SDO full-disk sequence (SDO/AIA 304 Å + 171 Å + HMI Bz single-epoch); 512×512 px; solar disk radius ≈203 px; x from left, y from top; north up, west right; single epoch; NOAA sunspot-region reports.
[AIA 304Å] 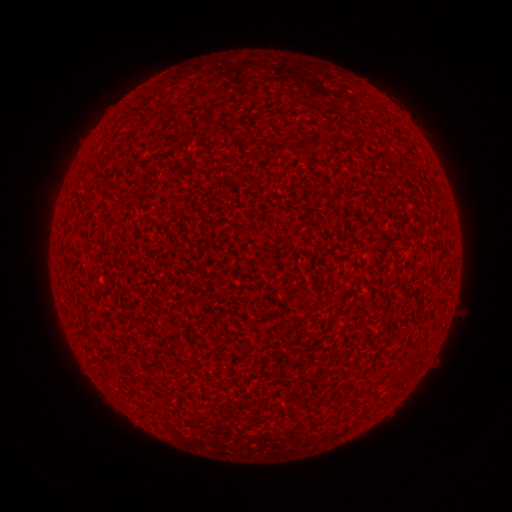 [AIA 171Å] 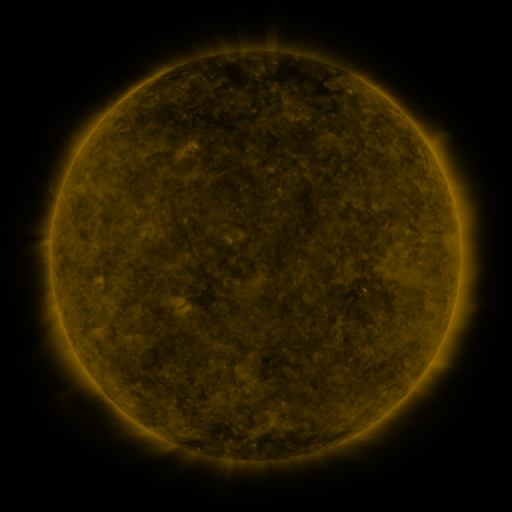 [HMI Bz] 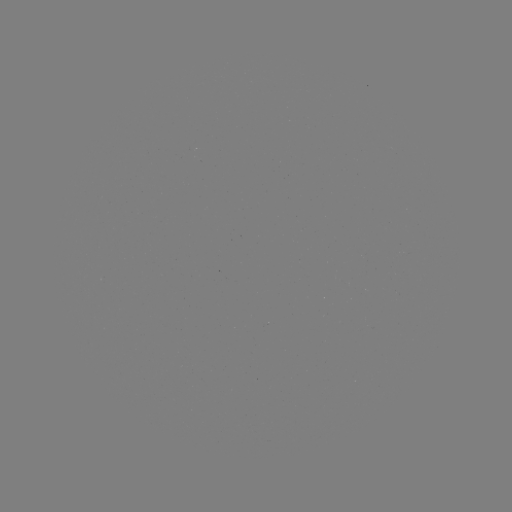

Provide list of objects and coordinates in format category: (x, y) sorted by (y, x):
(none)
